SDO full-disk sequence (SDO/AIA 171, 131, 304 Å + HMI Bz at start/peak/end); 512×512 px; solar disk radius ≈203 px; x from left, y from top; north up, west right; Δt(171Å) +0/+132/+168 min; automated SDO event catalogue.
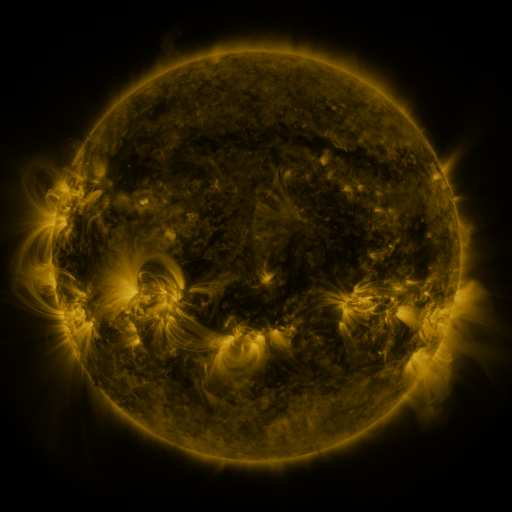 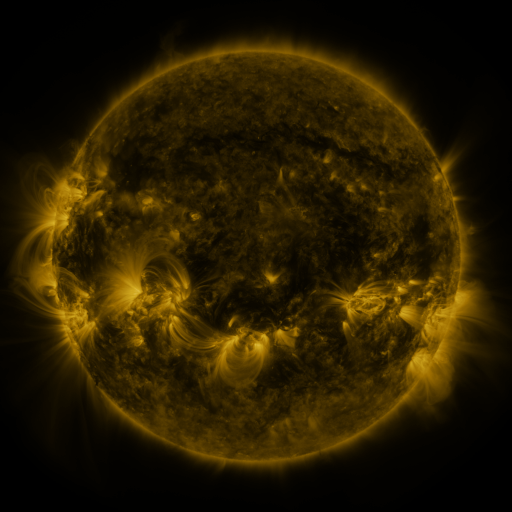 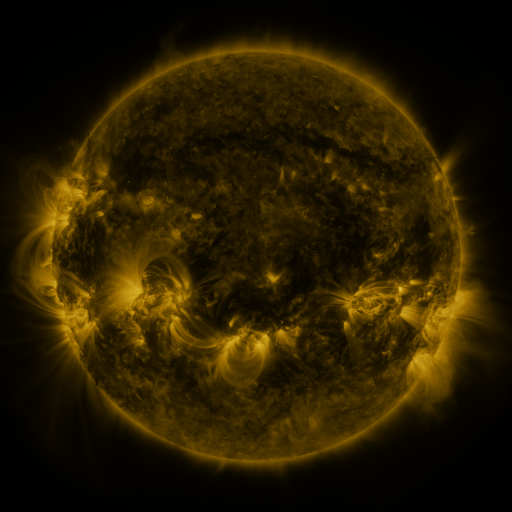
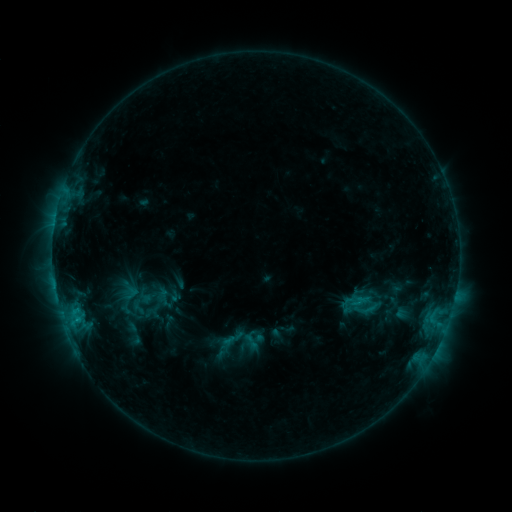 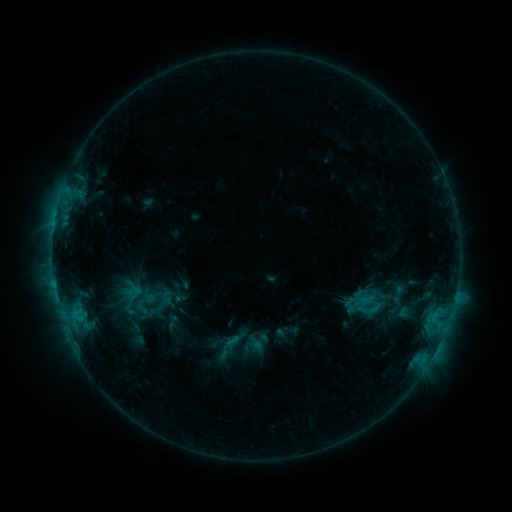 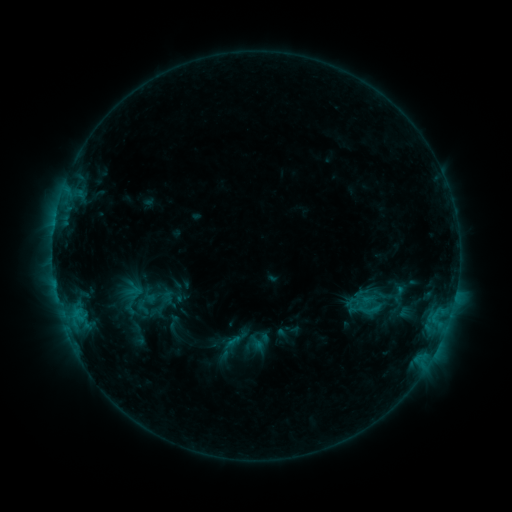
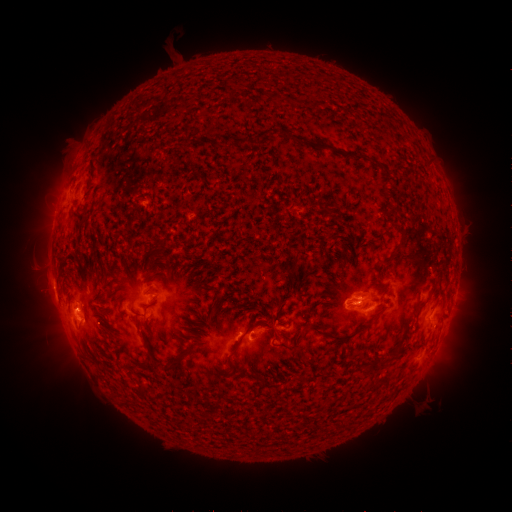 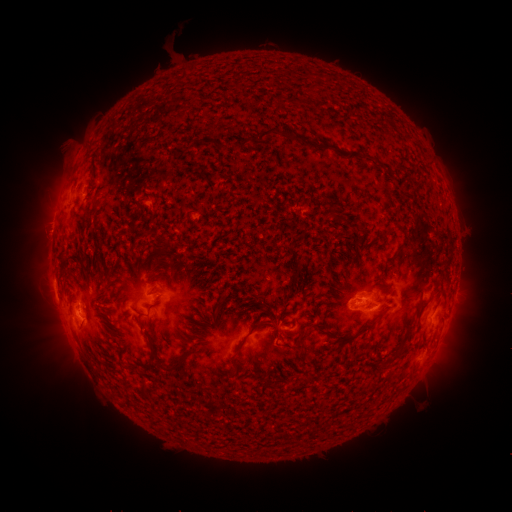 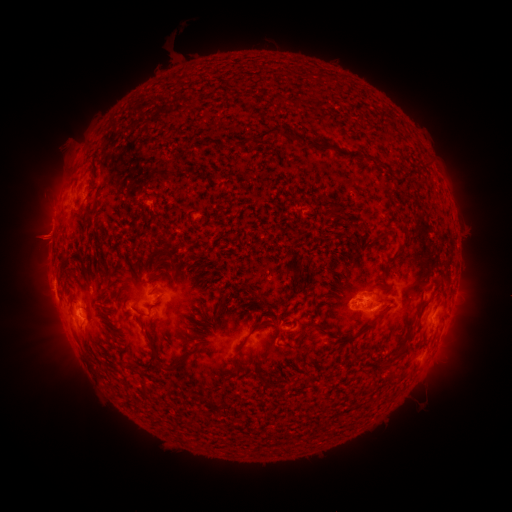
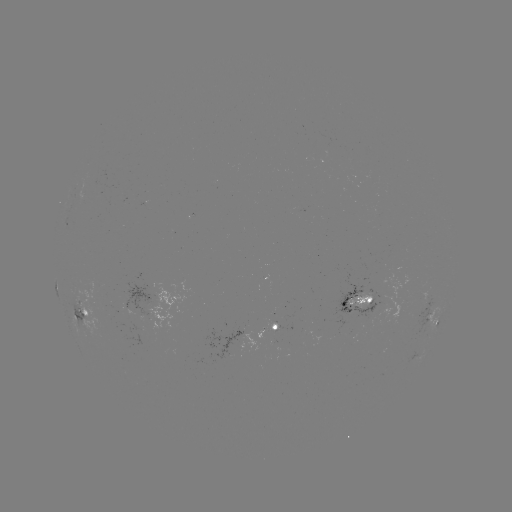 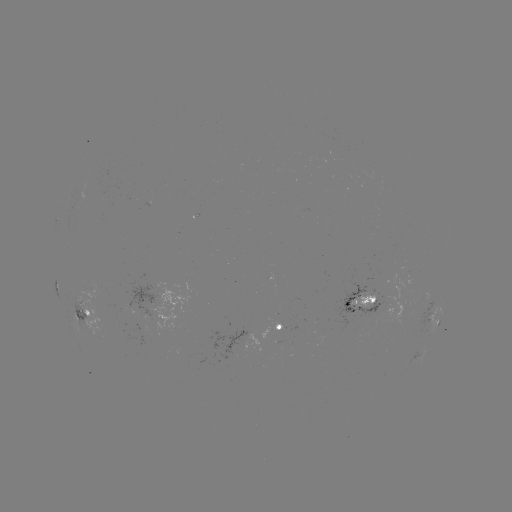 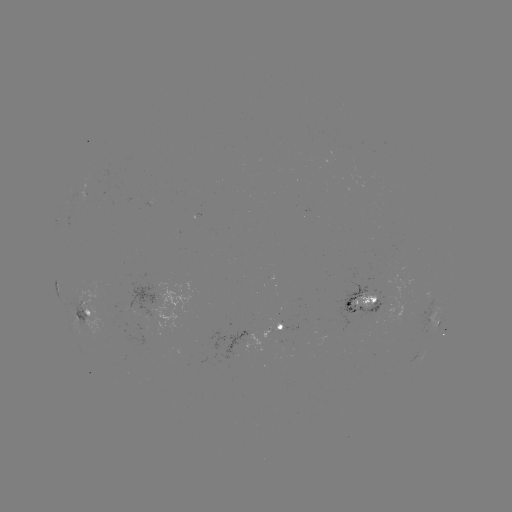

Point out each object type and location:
emerging-flux region: (372, 300)
